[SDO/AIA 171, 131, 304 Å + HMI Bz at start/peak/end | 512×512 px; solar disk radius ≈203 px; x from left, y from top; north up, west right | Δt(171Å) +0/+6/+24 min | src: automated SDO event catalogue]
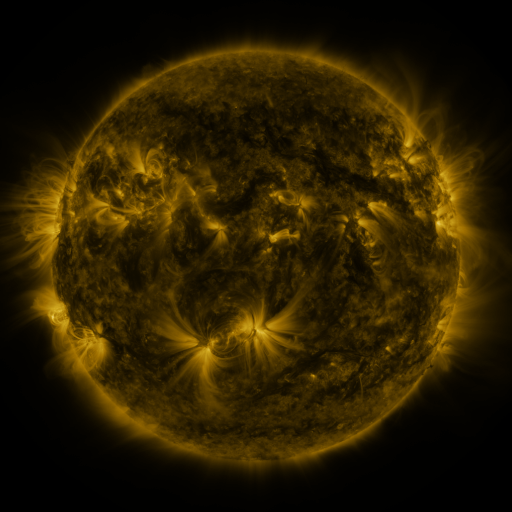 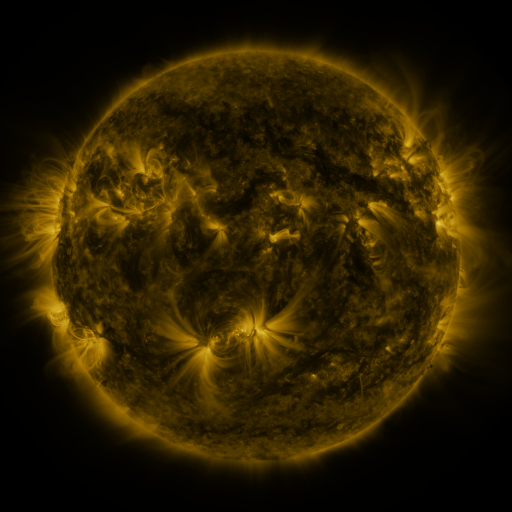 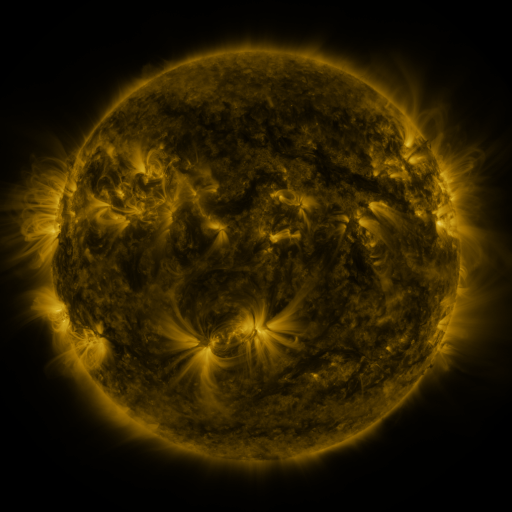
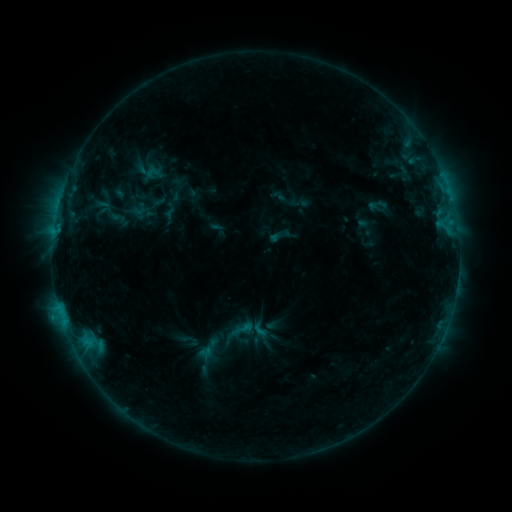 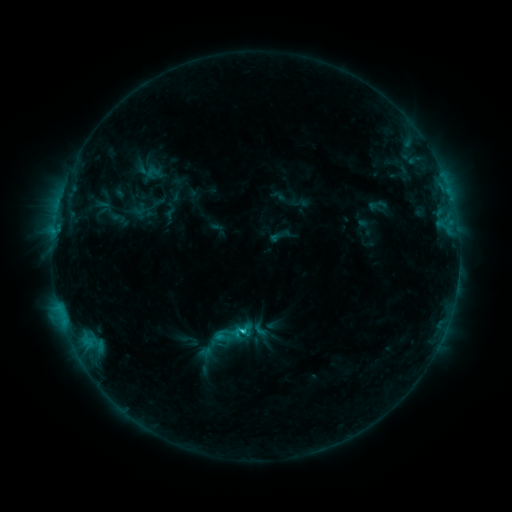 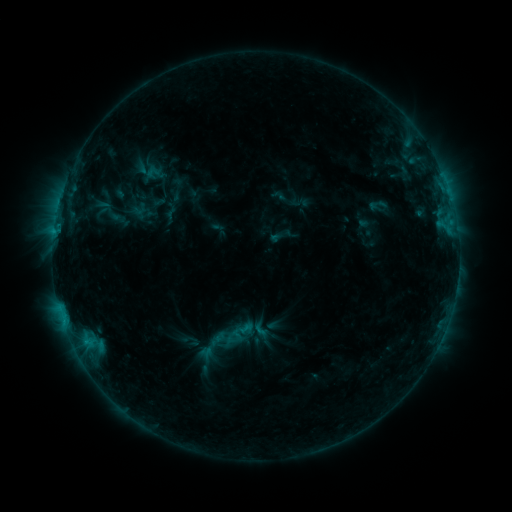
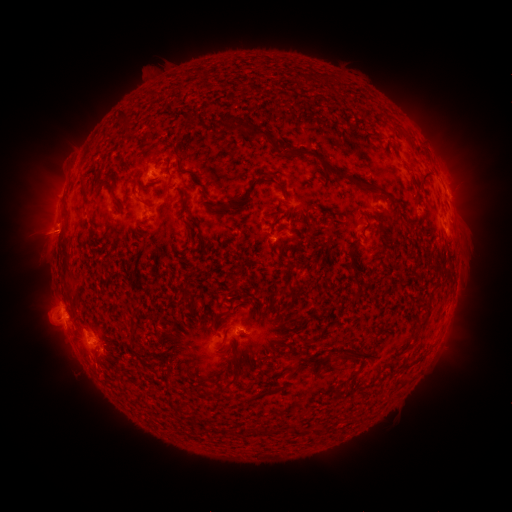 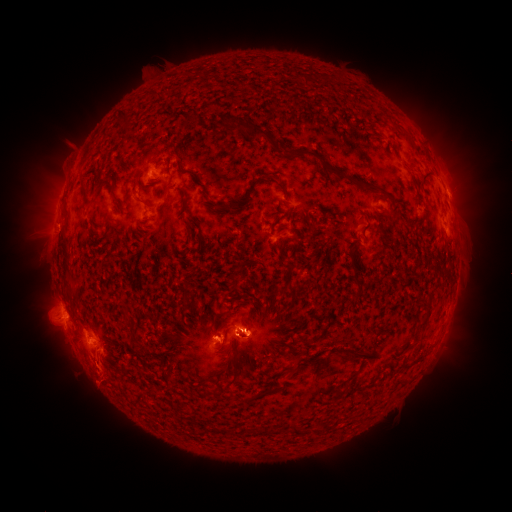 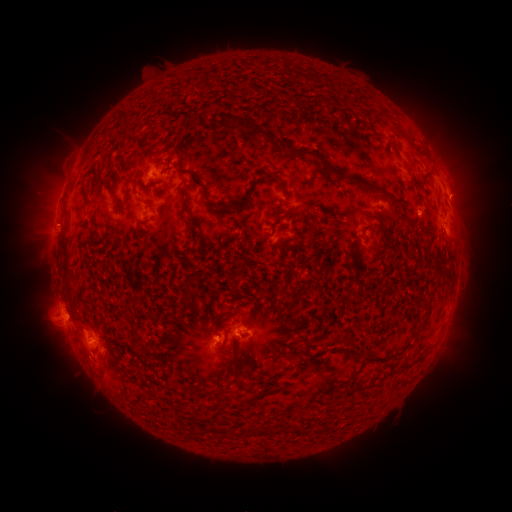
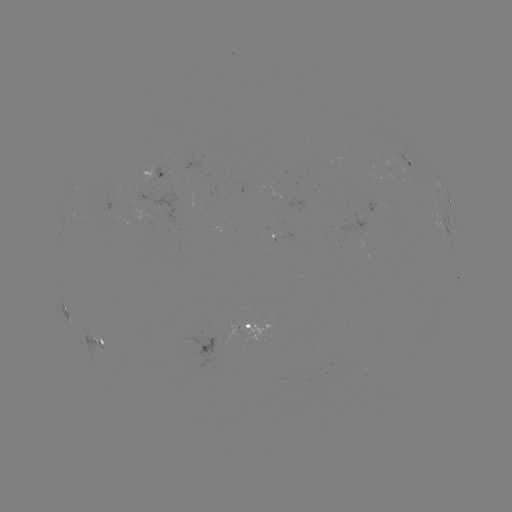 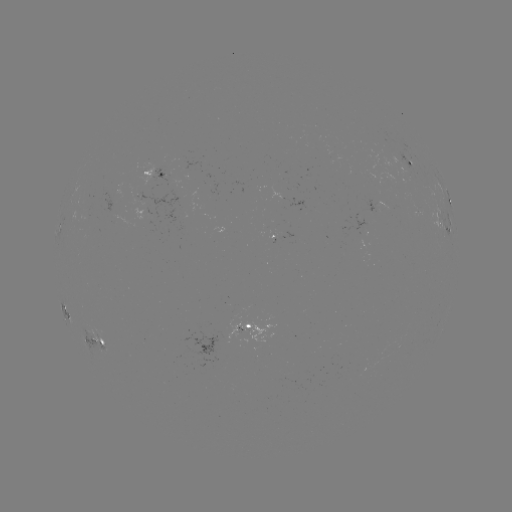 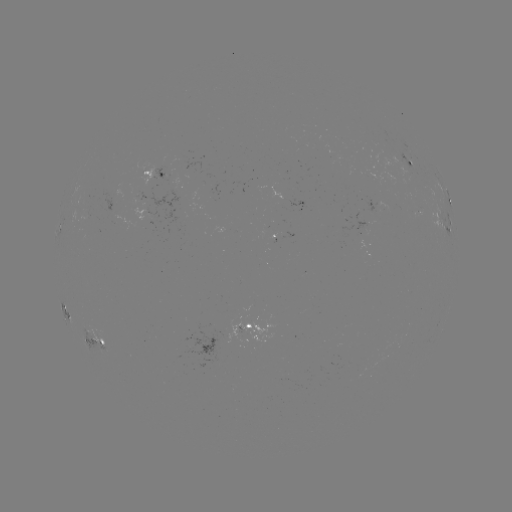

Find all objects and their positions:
C2.0 flare: (245, 331)
